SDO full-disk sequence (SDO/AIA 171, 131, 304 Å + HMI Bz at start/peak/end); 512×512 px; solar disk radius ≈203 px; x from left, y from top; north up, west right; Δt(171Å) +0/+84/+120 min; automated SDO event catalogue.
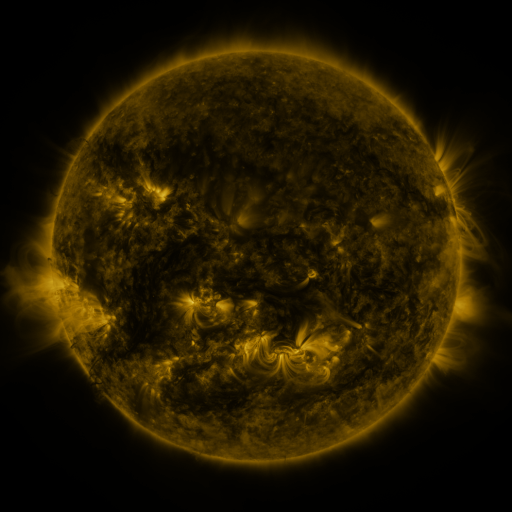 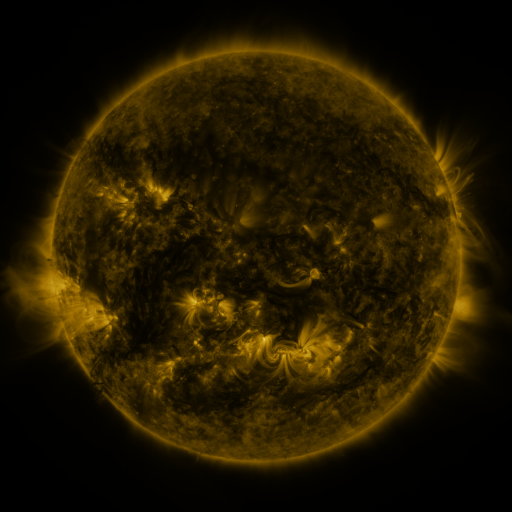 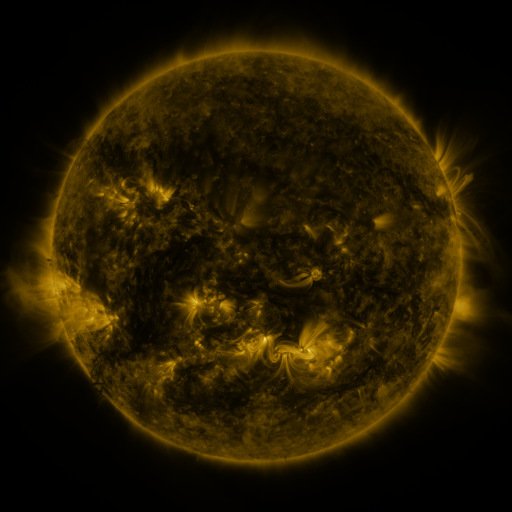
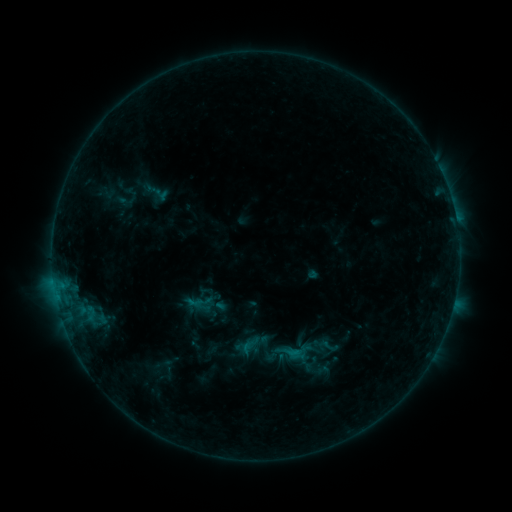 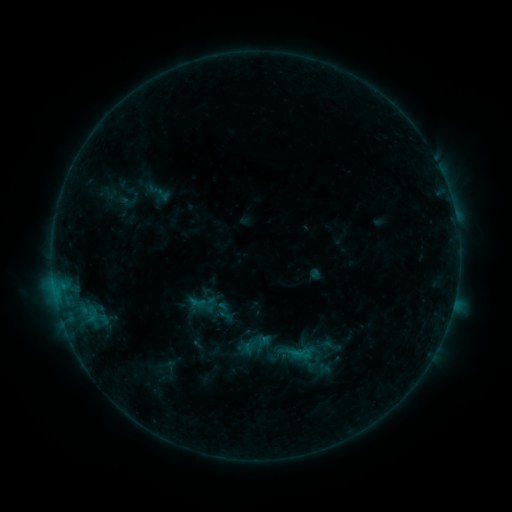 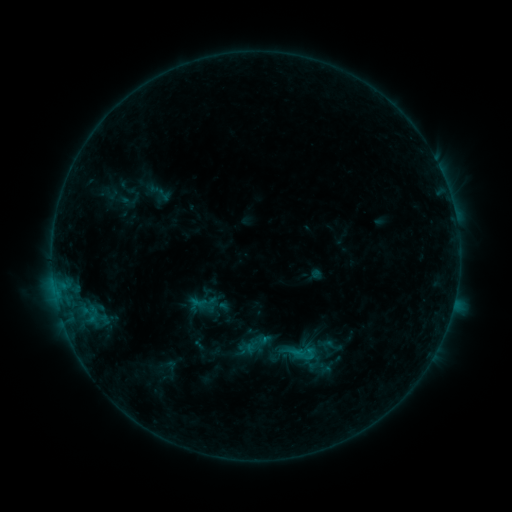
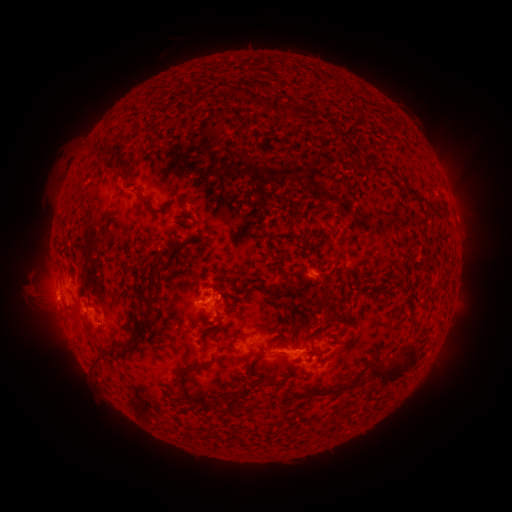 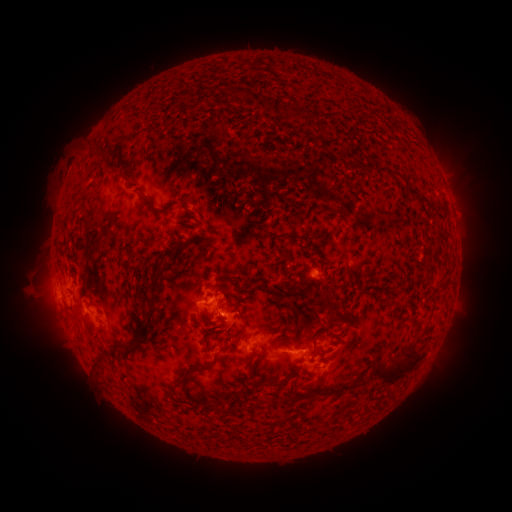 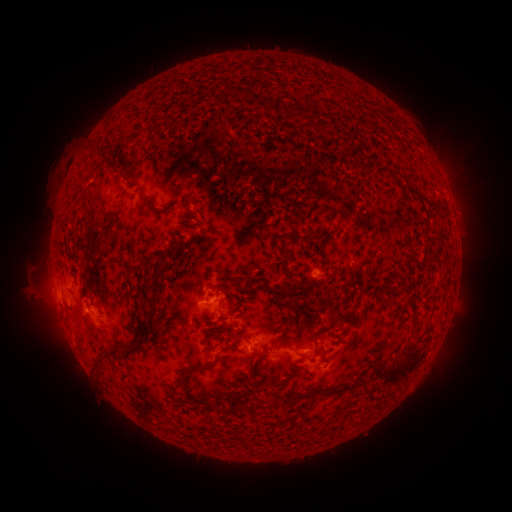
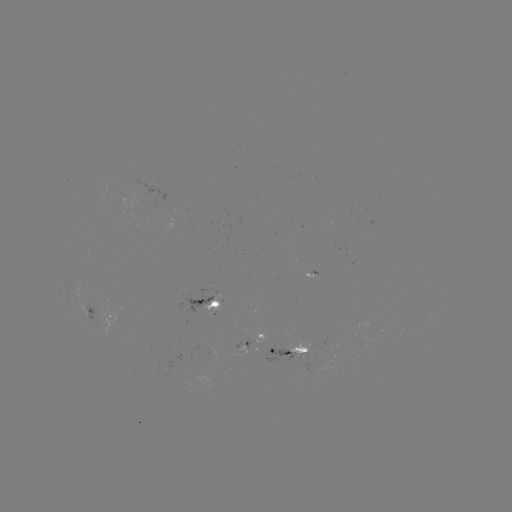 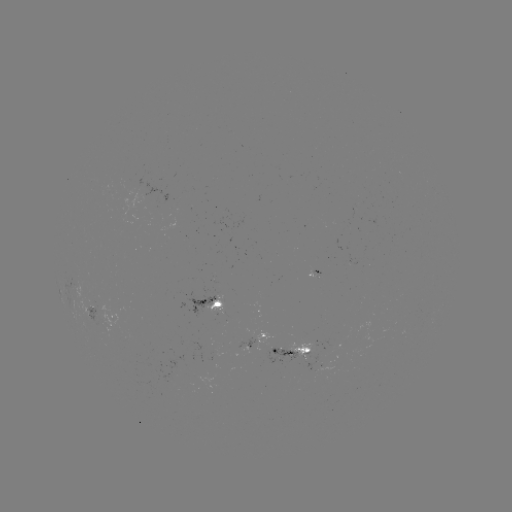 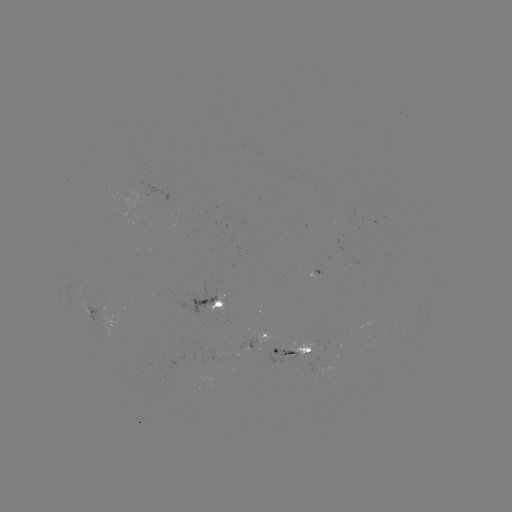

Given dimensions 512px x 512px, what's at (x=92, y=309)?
emerging-flux region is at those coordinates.